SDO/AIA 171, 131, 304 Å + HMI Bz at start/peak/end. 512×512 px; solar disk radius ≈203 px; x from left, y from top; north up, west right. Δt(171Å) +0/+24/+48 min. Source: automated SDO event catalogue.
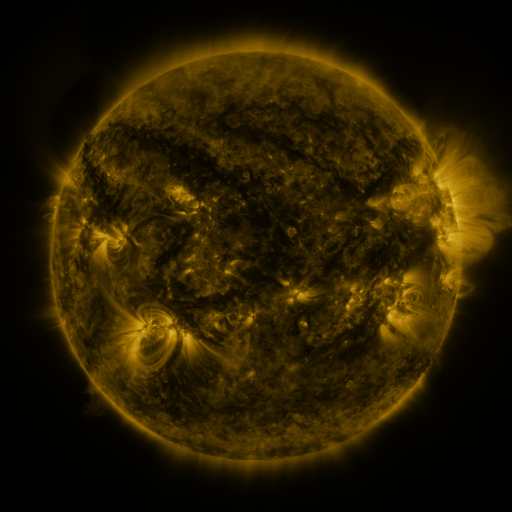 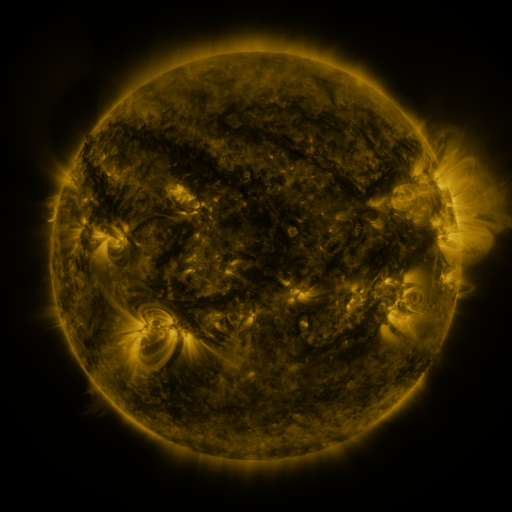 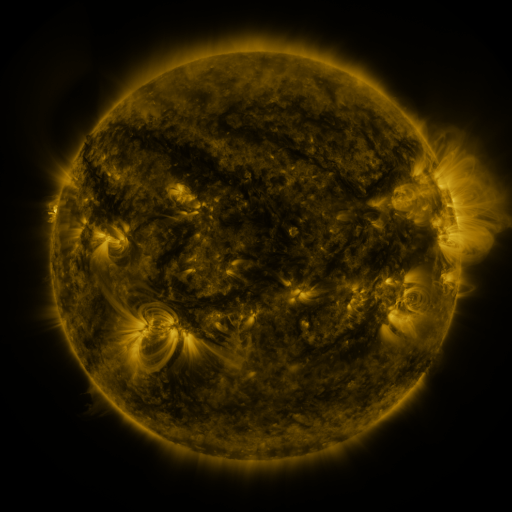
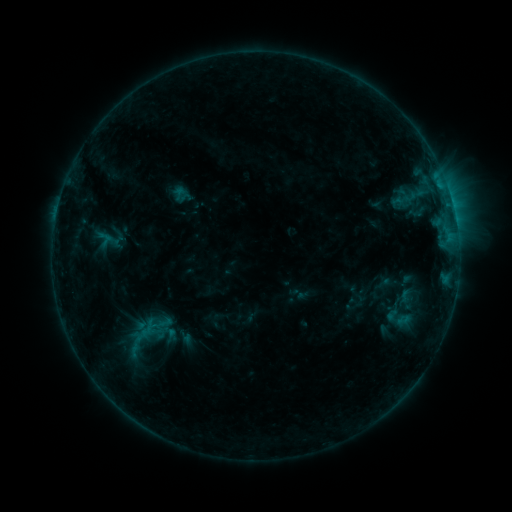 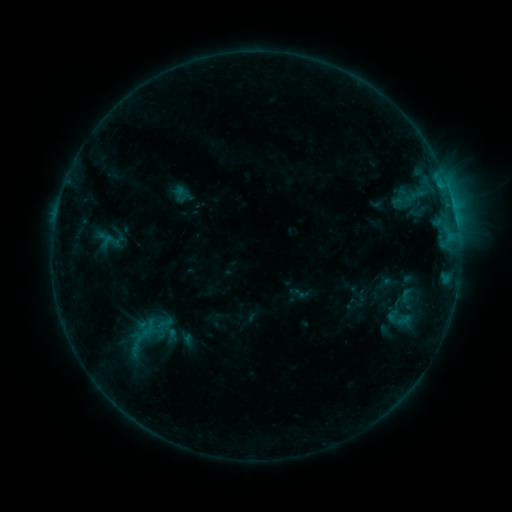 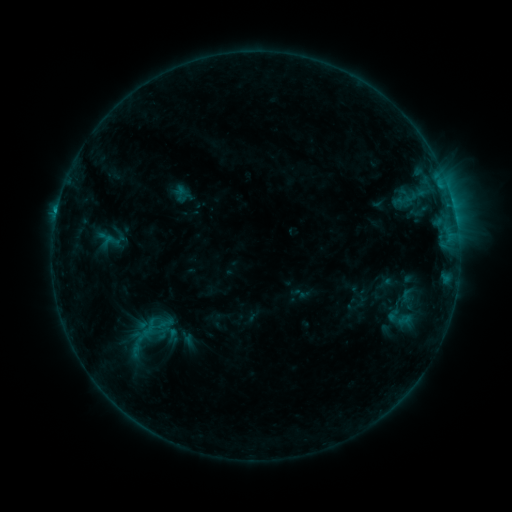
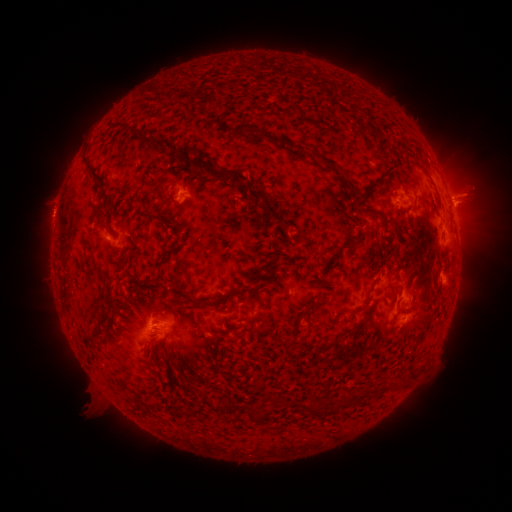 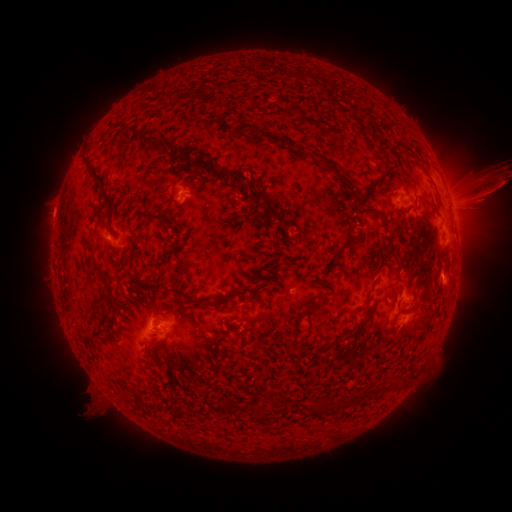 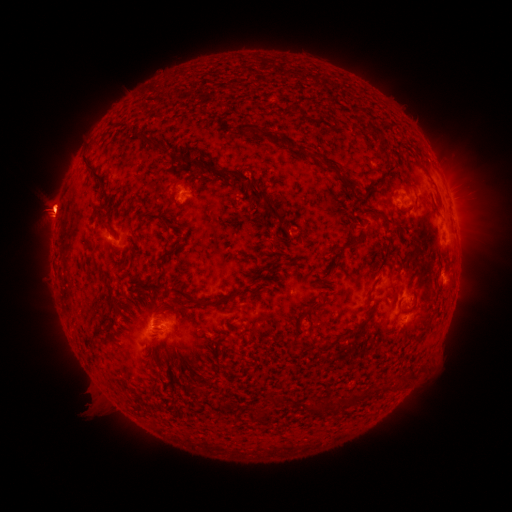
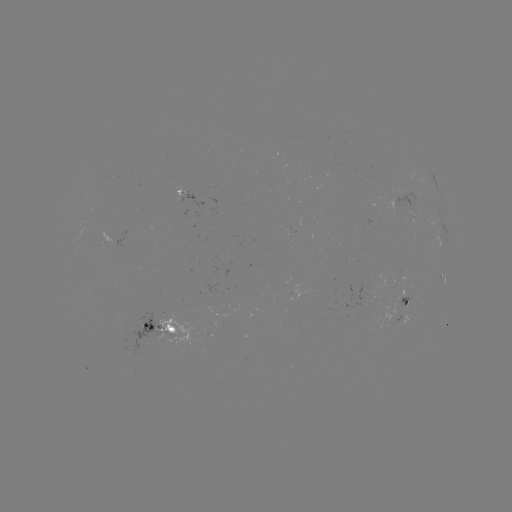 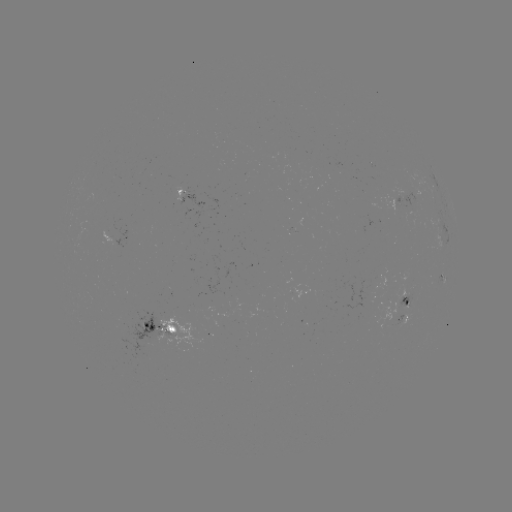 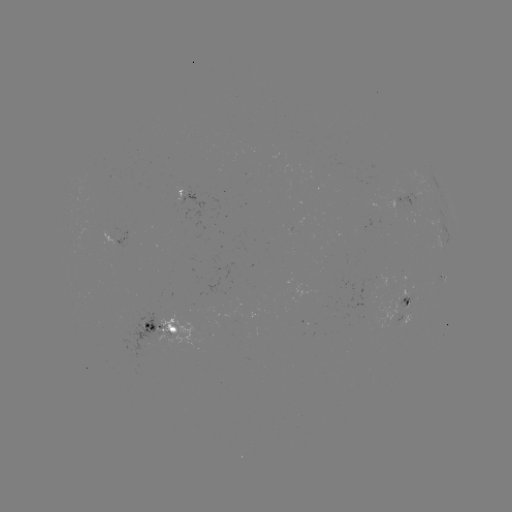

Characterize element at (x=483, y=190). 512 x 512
eruption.